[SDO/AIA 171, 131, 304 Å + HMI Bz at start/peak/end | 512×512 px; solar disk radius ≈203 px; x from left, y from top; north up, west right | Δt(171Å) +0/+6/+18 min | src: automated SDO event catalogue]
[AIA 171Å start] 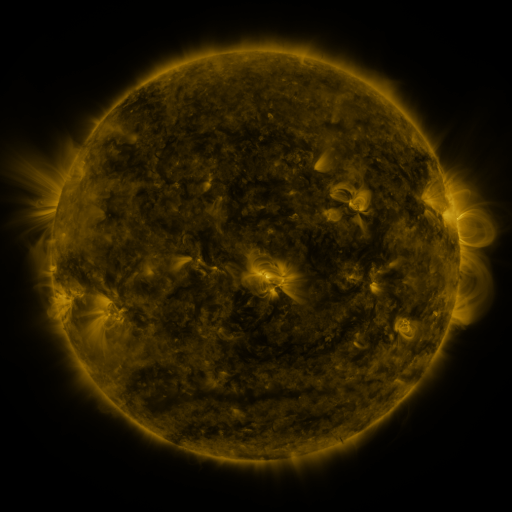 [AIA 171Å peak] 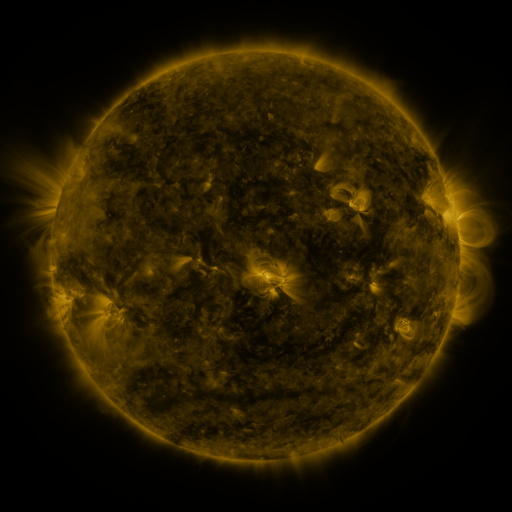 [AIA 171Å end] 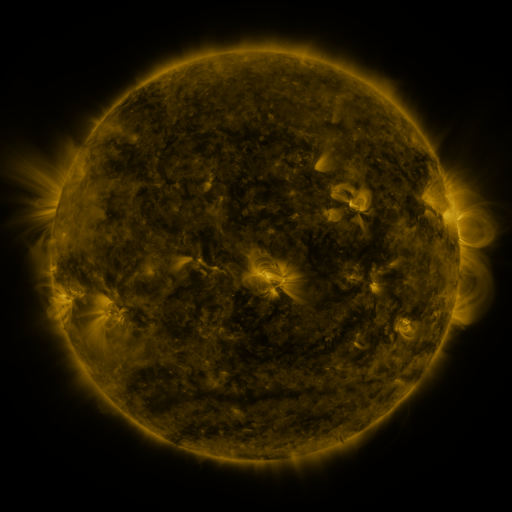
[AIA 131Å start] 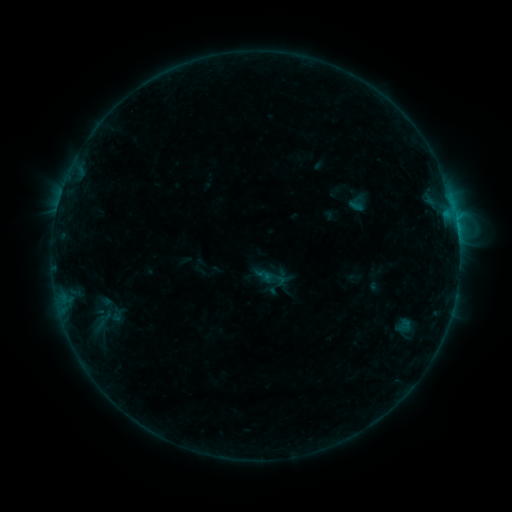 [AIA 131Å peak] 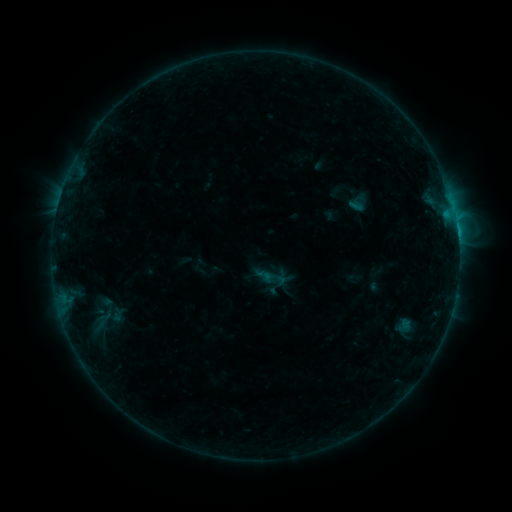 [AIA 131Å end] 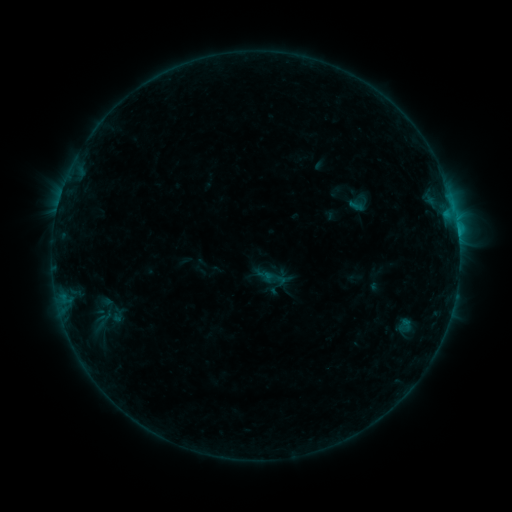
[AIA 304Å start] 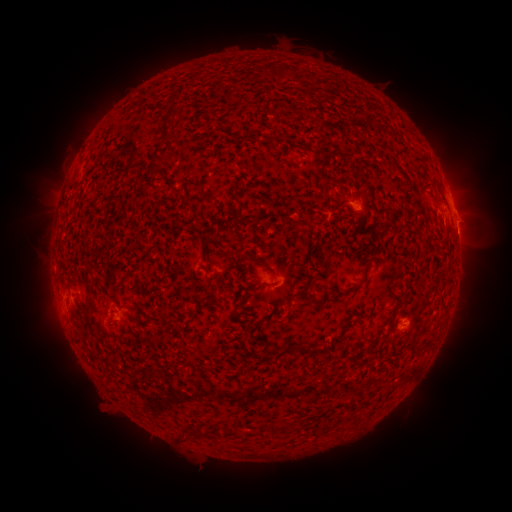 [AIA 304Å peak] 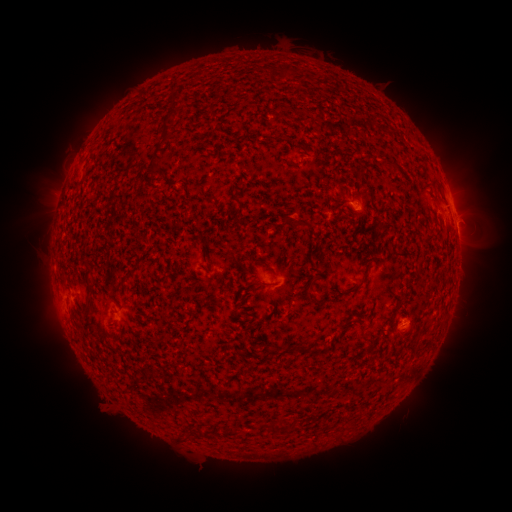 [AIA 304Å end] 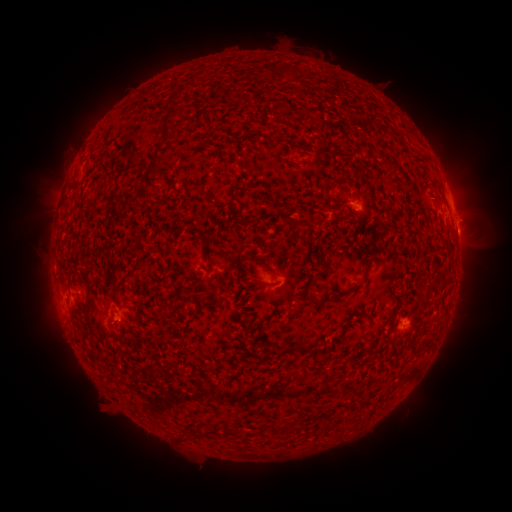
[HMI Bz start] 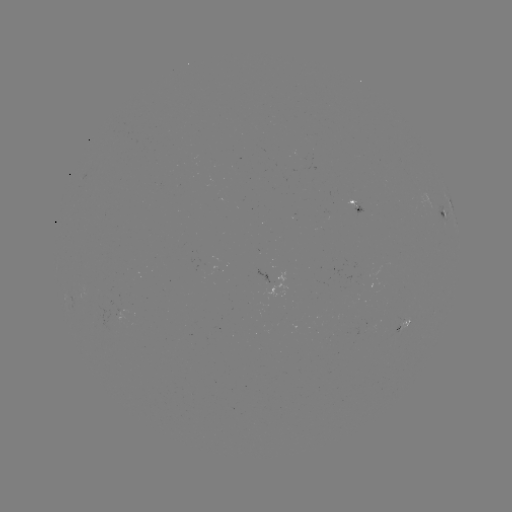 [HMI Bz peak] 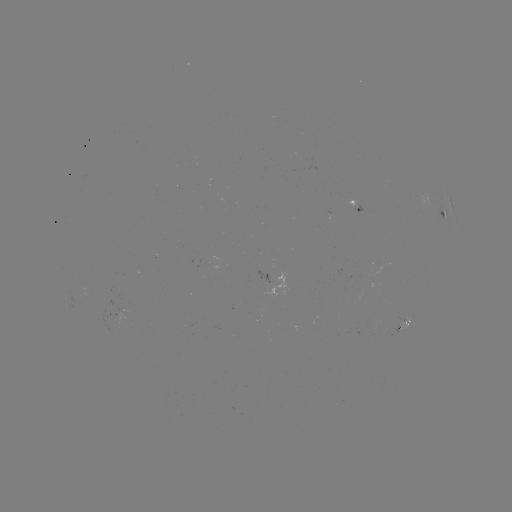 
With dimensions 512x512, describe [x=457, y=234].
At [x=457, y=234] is C1.4 flare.